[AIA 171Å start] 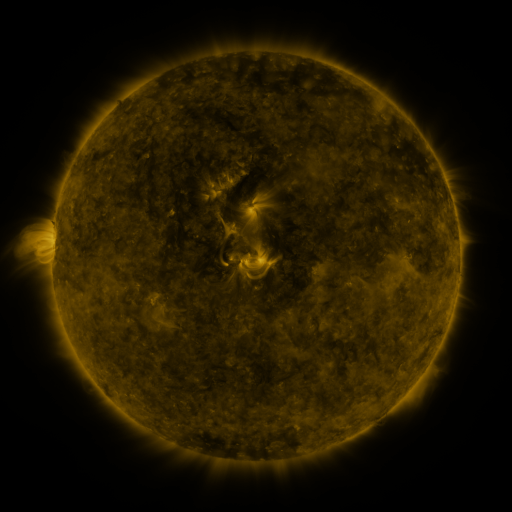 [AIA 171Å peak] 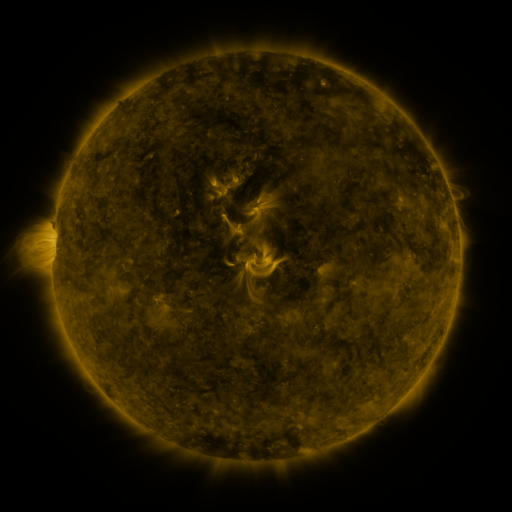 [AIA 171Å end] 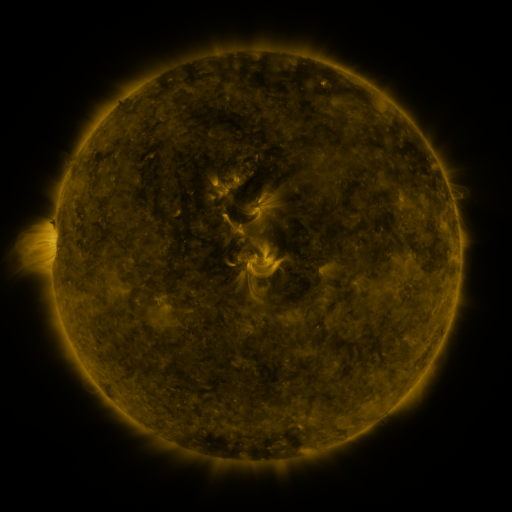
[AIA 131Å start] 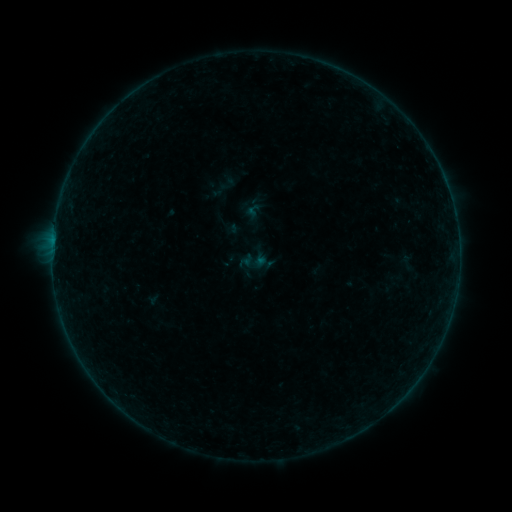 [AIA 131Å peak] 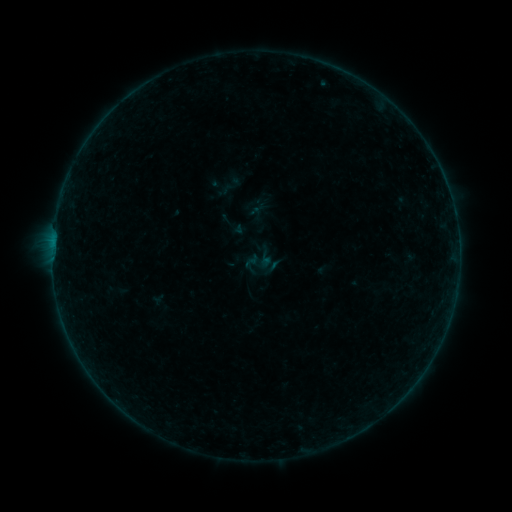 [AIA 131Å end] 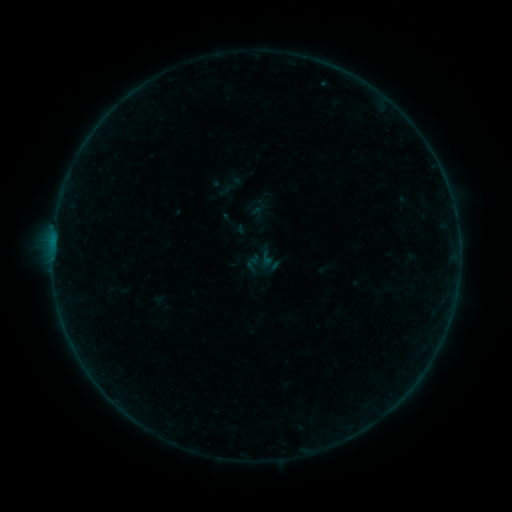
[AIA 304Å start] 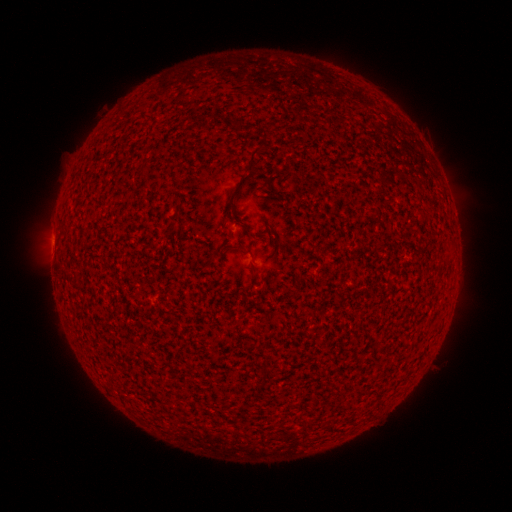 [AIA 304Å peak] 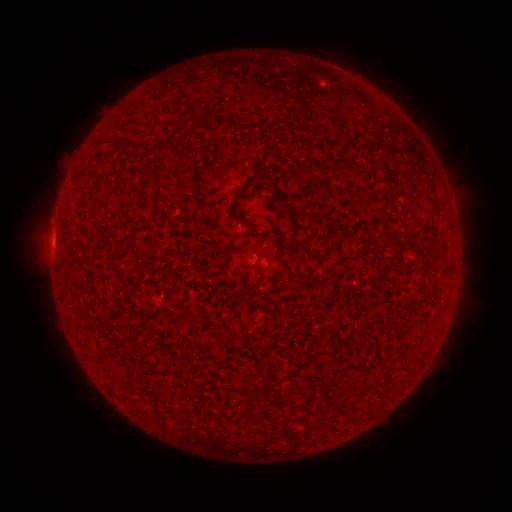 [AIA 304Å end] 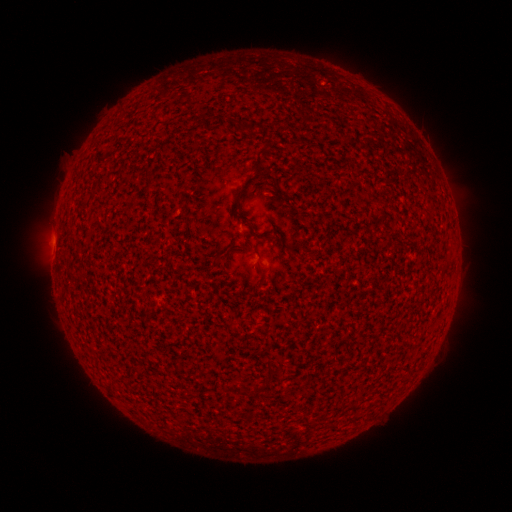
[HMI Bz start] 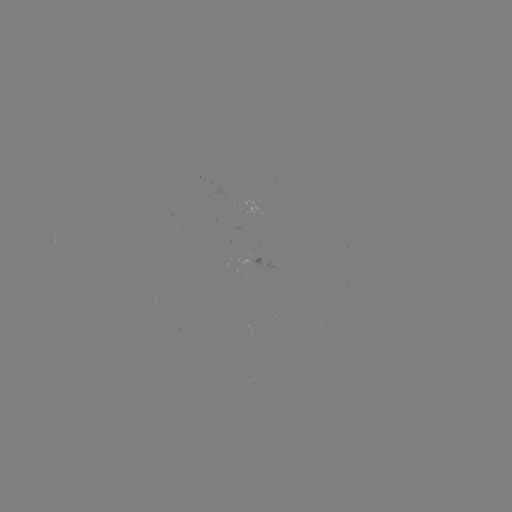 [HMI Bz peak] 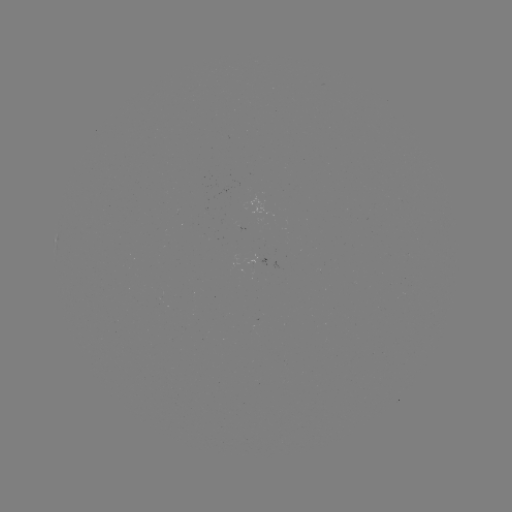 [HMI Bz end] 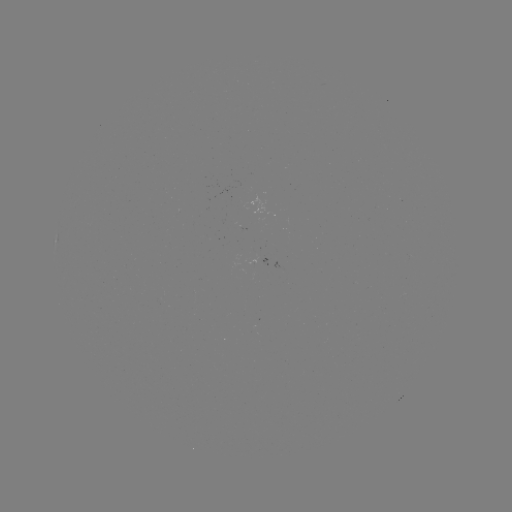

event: emerging-flux region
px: (252, 261)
